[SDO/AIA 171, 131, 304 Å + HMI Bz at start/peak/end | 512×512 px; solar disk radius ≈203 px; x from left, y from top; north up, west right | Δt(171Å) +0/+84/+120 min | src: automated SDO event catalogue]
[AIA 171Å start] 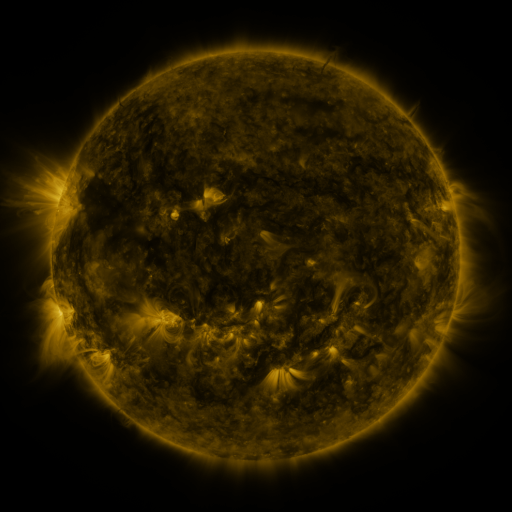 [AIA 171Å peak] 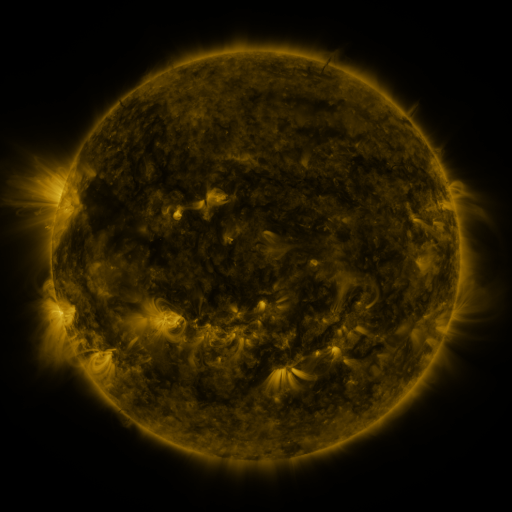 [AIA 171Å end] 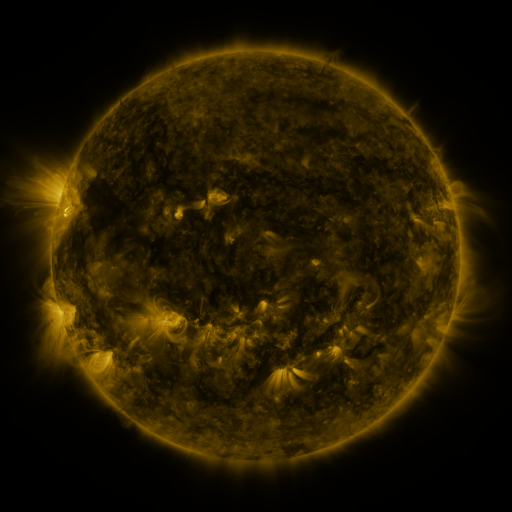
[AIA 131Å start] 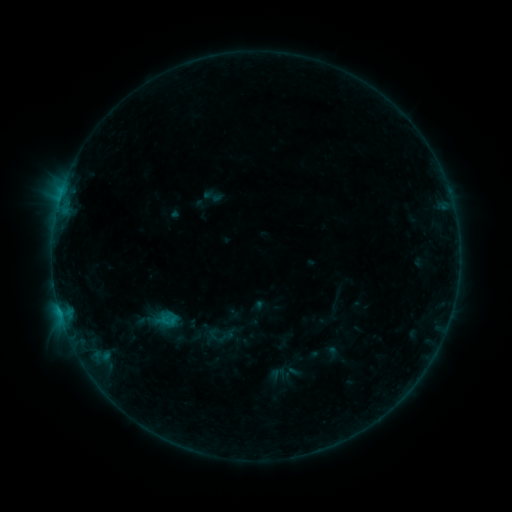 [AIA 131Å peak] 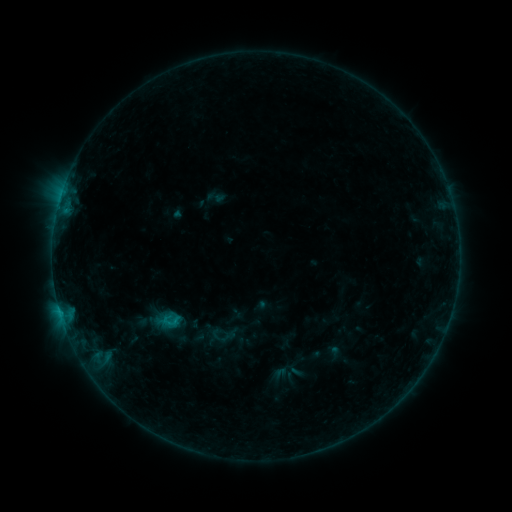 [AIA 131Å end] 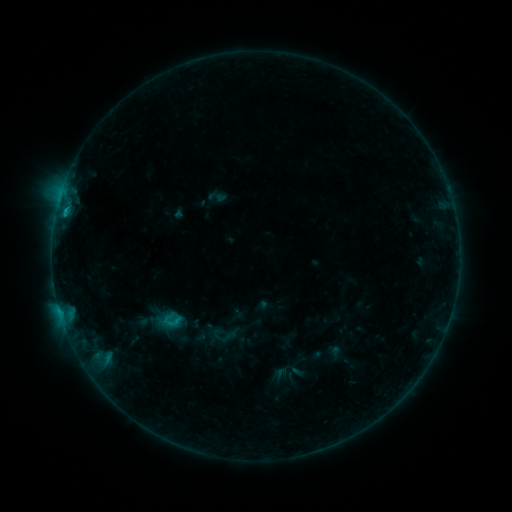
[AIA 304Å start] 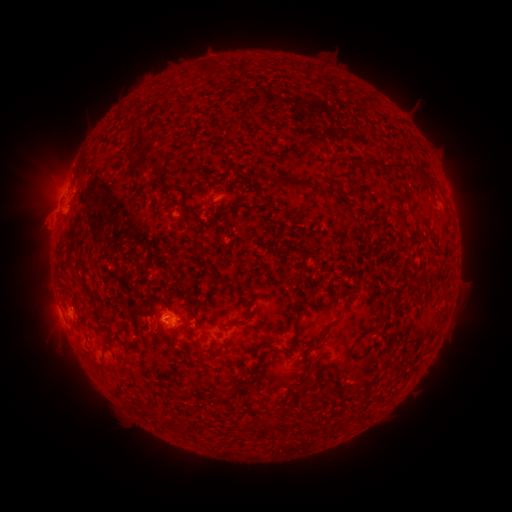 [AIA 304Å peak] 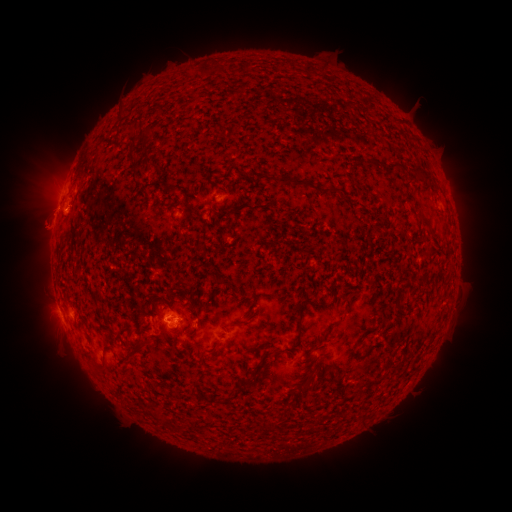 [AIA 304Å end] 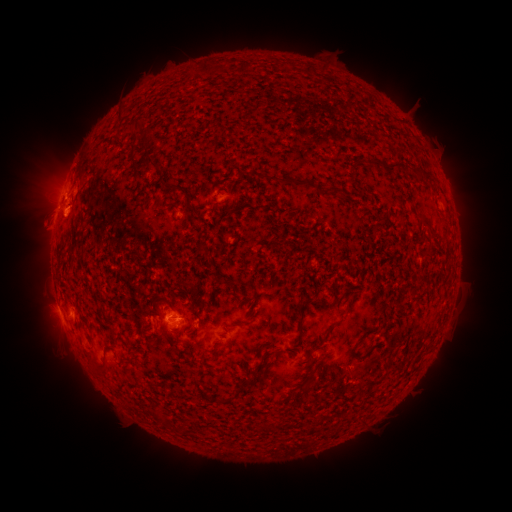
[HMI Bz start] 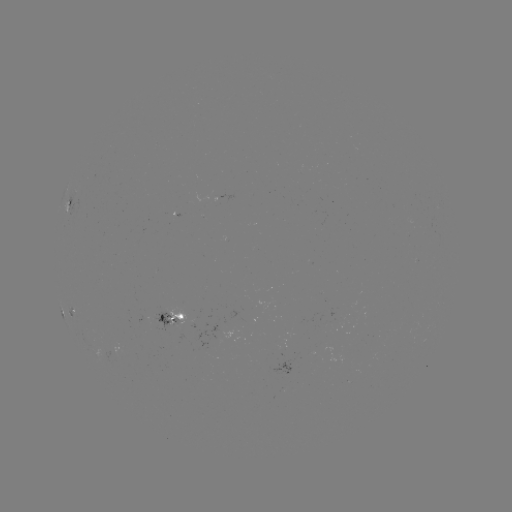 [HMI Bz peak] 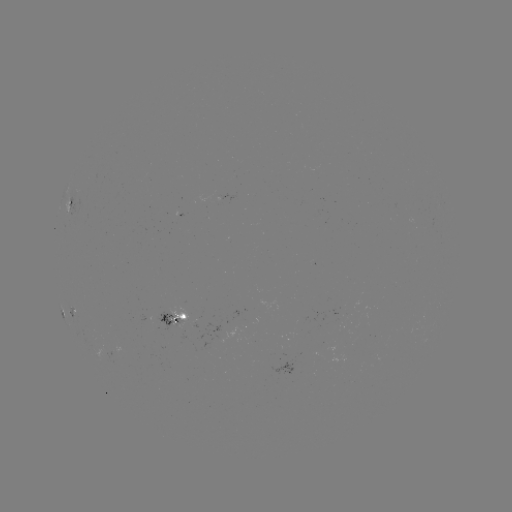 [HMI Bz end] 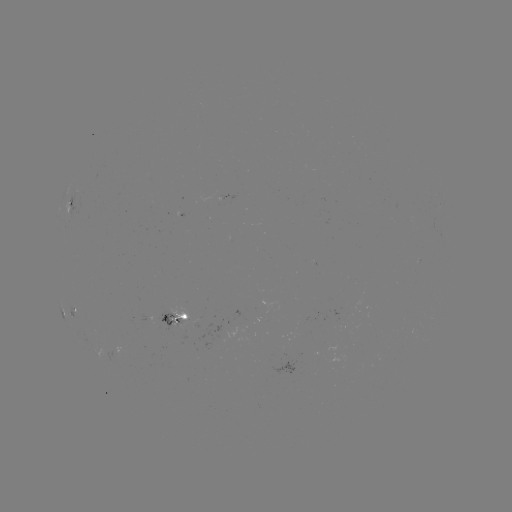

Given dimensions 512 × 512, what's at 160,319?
emerging-flux region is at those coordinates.